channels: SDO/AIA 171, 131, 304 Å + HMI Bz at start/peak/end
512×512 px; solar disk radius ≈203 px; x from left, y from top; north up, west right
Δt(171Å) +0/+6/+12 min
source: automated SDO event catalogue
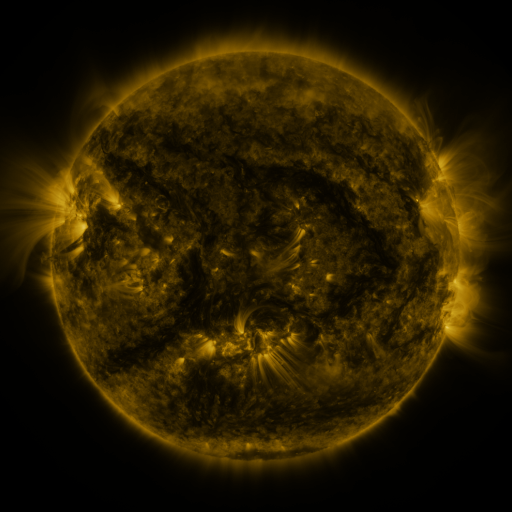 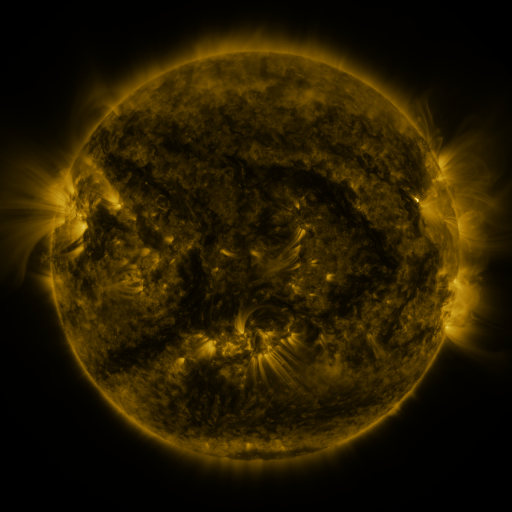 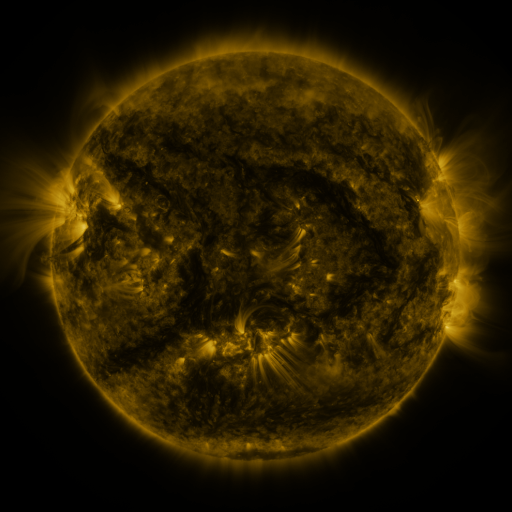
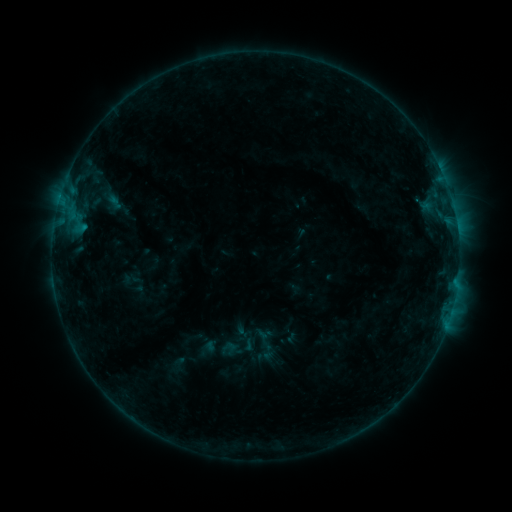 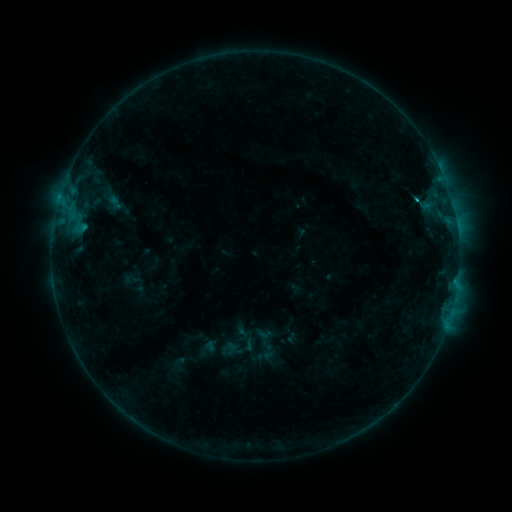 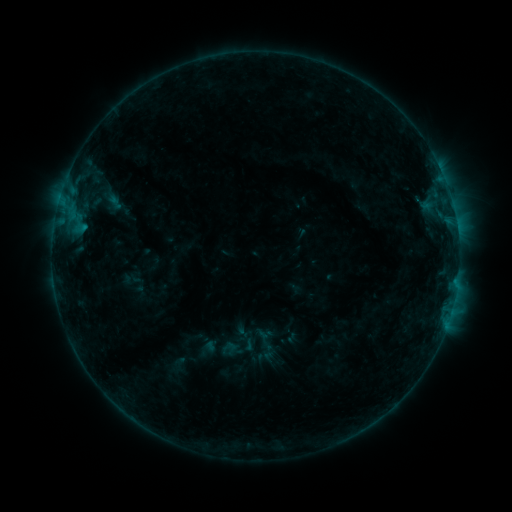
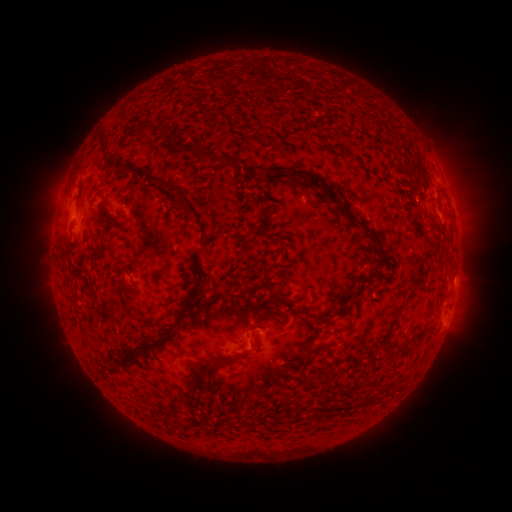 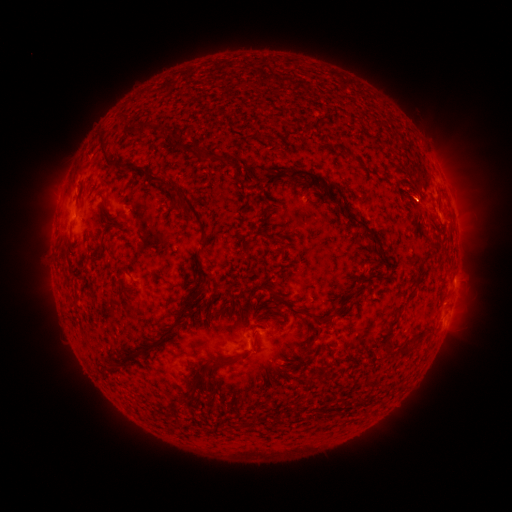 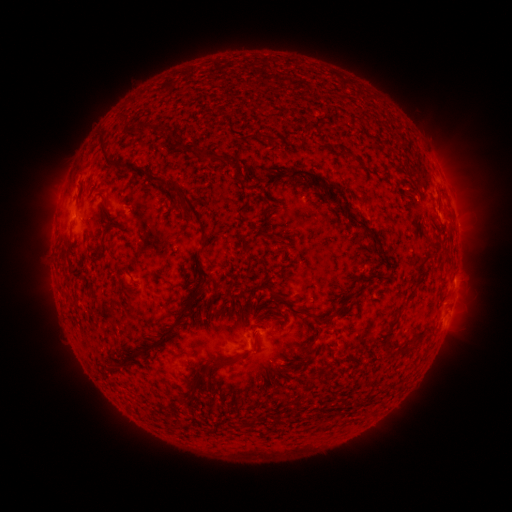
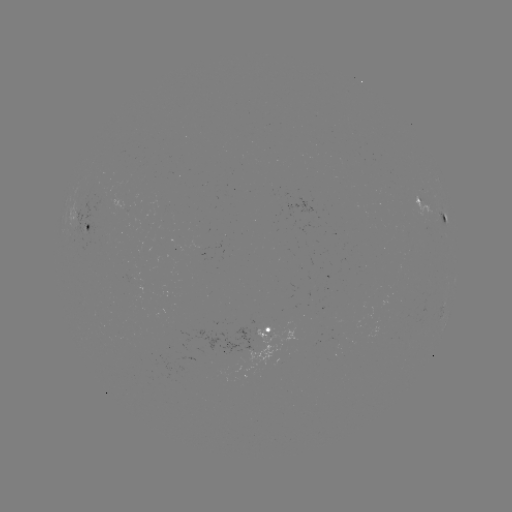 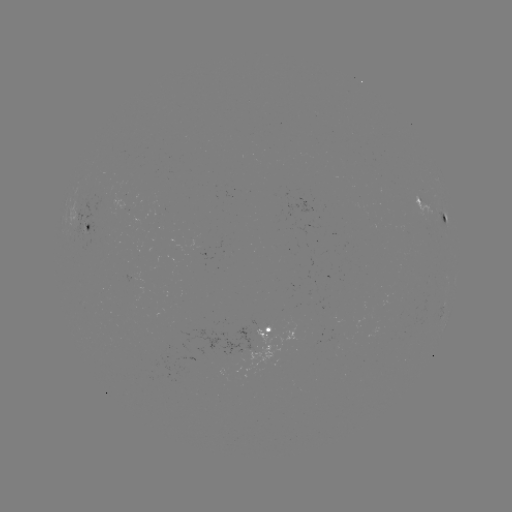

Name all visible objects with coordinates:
B6.2 flare: (413, 204)
